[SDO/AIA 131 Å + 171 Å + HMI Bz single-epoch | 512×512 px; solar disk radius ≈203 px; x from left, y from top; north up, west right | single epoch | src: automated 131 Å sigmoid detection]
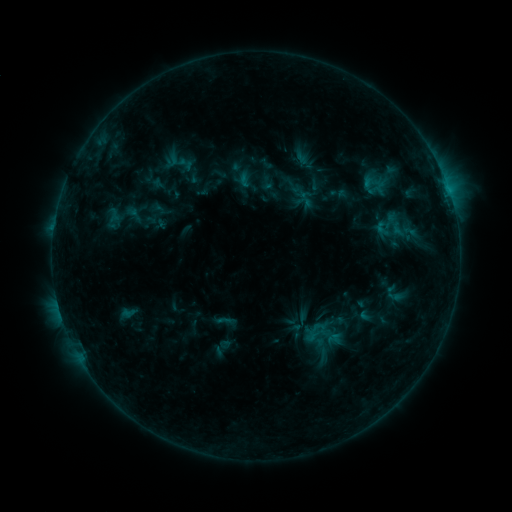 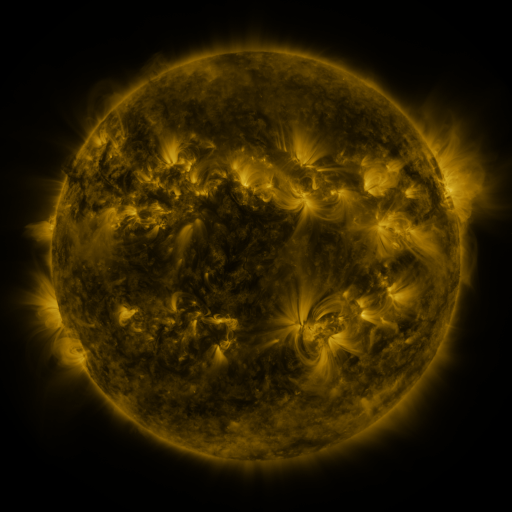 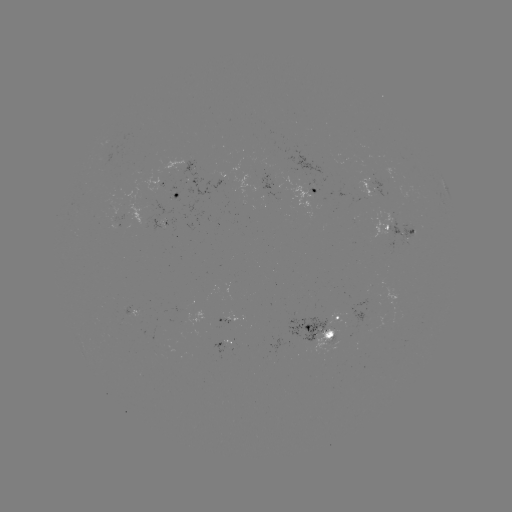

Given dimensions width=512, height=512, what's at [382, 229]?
sigmoid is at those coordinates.